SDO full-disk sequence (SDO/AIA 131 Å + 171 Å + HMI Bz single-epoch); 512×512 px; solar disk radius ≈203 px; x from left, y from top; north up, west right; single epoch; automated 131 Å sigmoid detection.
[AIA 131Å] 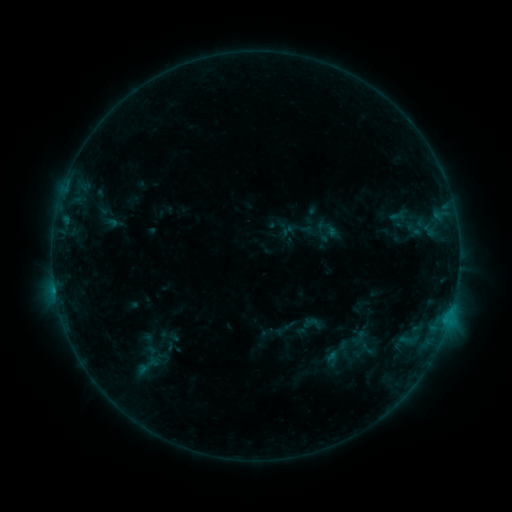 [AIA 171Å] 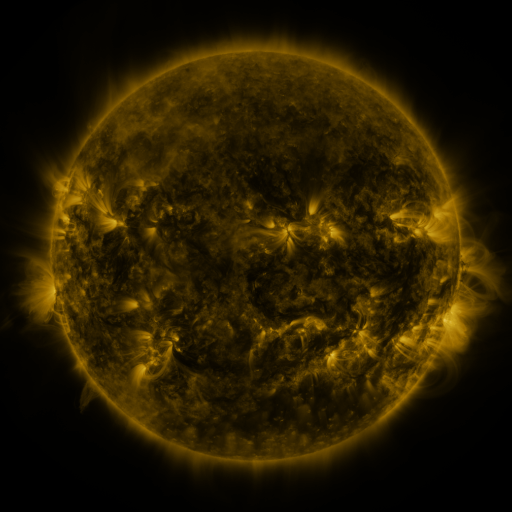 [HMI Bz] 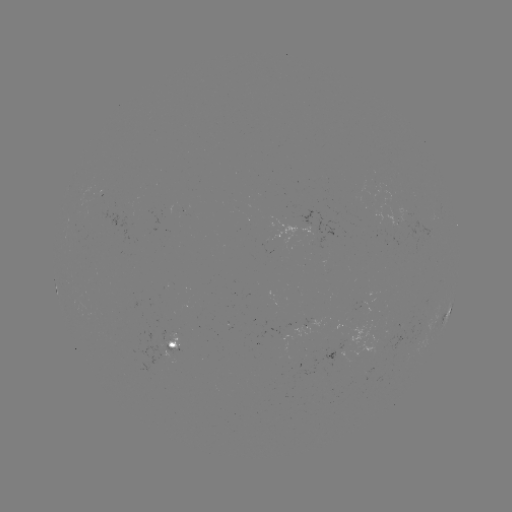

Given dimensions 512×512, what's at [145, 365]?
sigmoid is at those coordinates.